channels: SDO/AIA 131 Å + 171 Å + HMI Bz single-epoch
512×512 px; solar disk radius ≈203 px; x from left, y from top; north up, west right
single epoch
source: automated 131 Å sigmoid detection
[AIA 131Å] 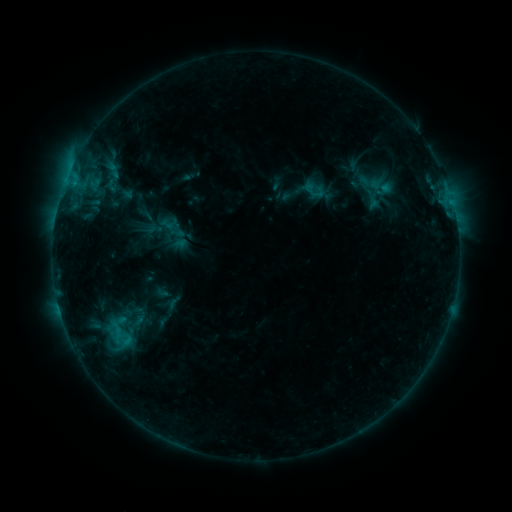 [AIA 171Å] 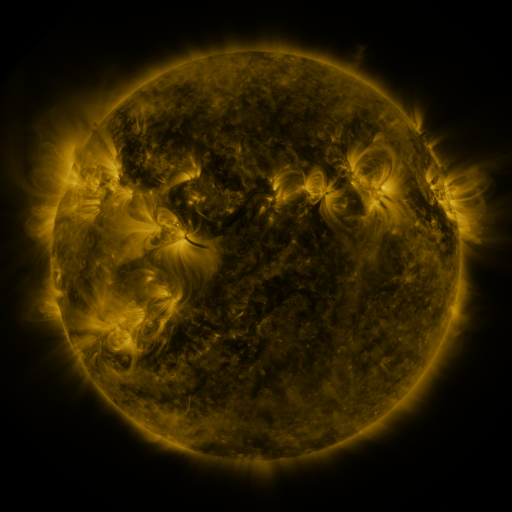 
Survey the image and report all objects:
sigmoid: (314, 190)
sigmoid: (118, 337)
